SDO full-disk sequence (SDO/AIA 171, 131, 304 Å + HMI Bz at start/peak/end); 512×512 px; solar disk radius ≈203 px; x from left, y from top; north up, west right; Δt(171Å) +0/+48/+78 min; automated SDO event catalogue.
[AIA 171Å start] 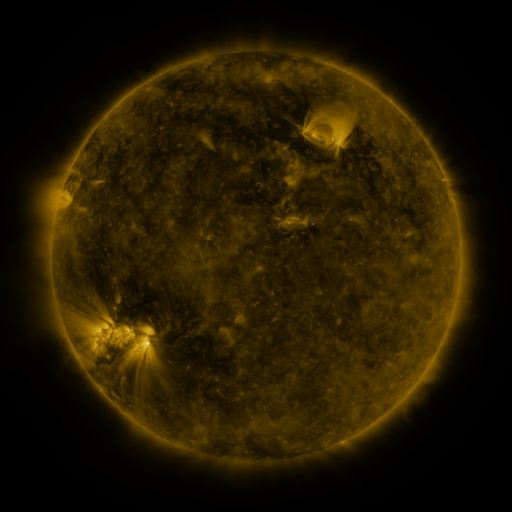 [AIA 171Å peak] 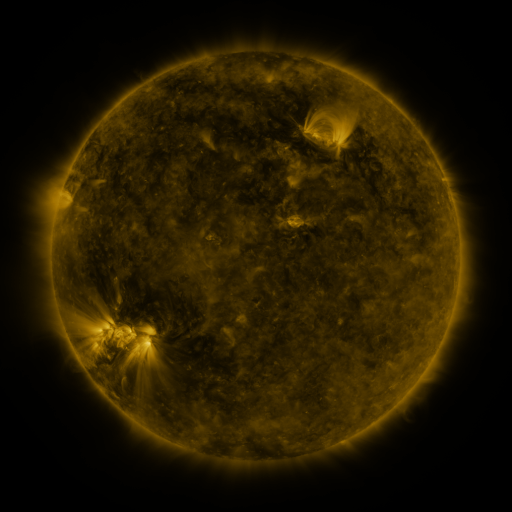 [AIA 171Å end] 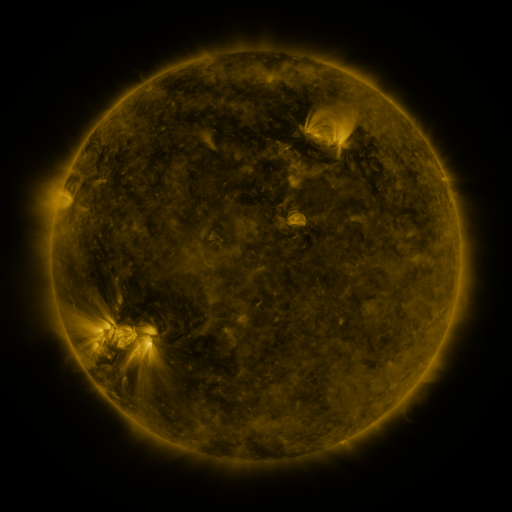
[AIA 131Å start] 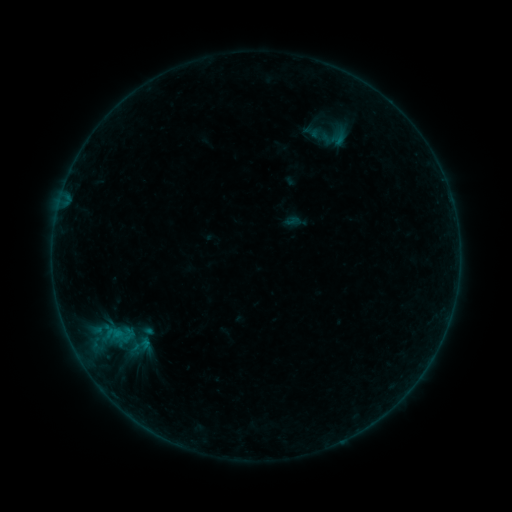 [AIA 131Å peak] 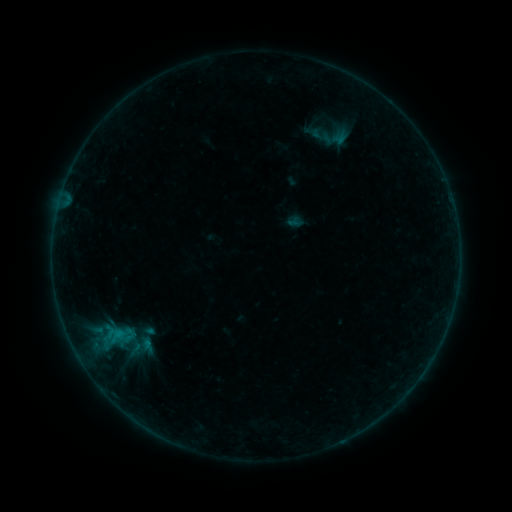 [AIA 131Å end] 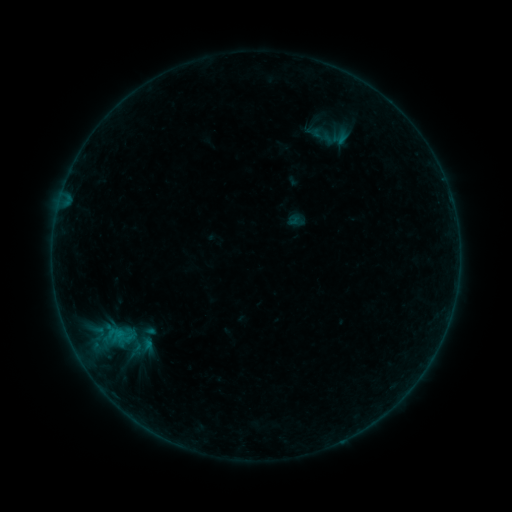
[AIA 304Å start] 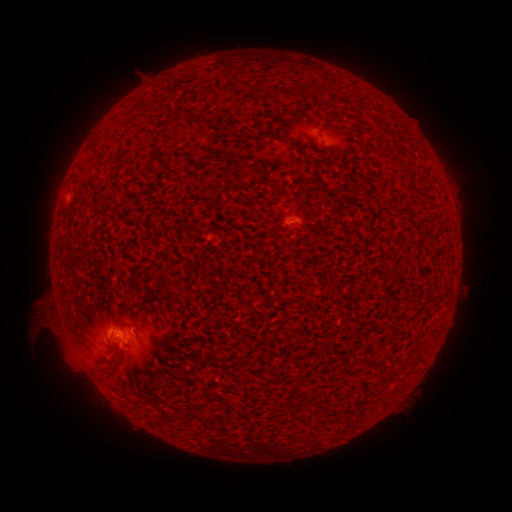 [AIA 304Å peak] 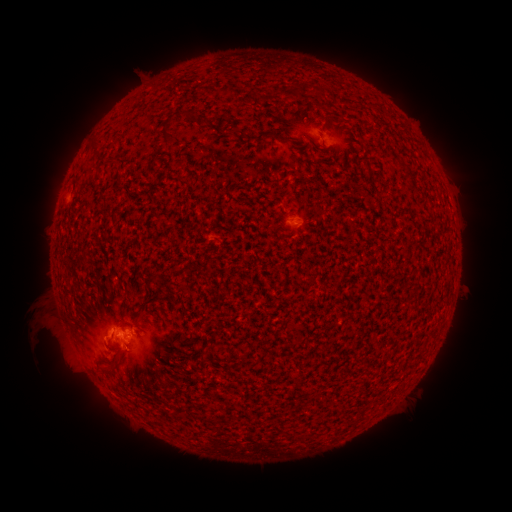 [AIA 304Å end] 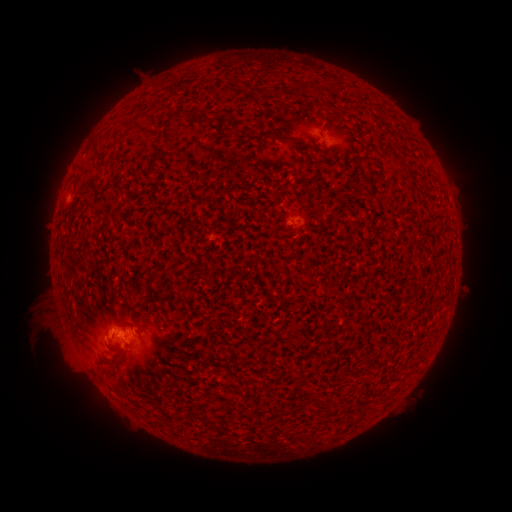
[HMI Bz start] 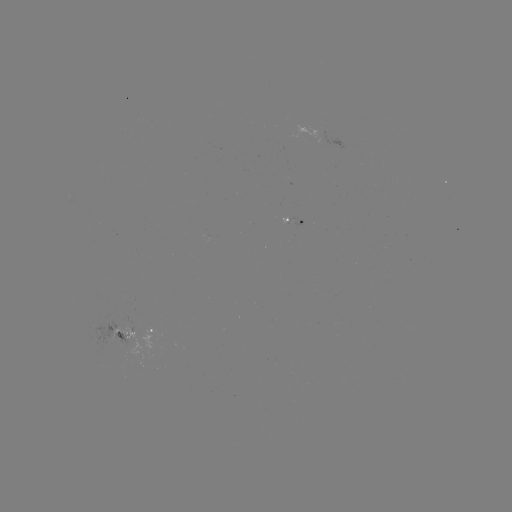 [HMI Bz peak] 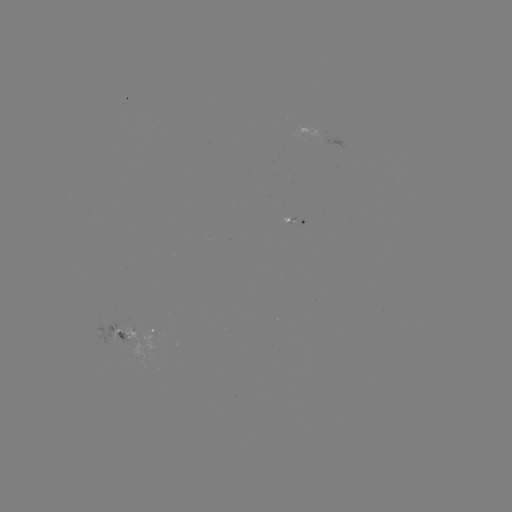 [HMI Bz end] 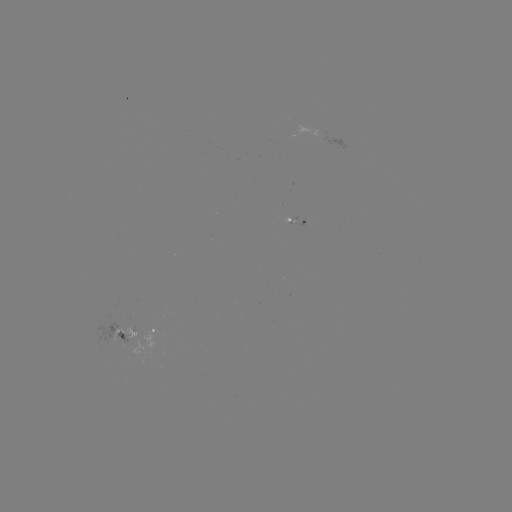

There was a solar flare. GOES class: B5.2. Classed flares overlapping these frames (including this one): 2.